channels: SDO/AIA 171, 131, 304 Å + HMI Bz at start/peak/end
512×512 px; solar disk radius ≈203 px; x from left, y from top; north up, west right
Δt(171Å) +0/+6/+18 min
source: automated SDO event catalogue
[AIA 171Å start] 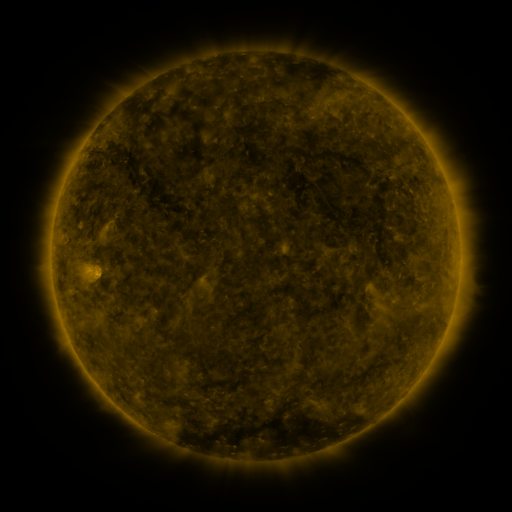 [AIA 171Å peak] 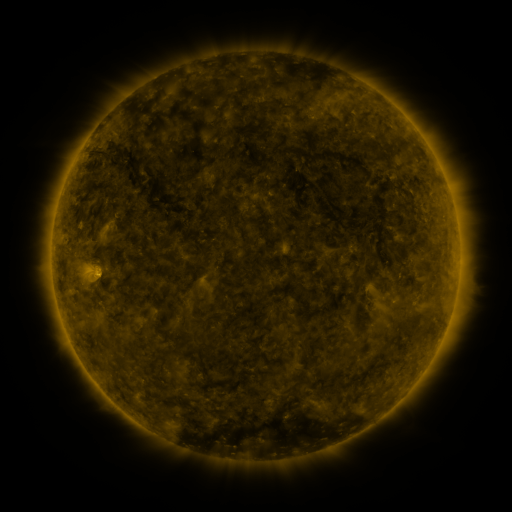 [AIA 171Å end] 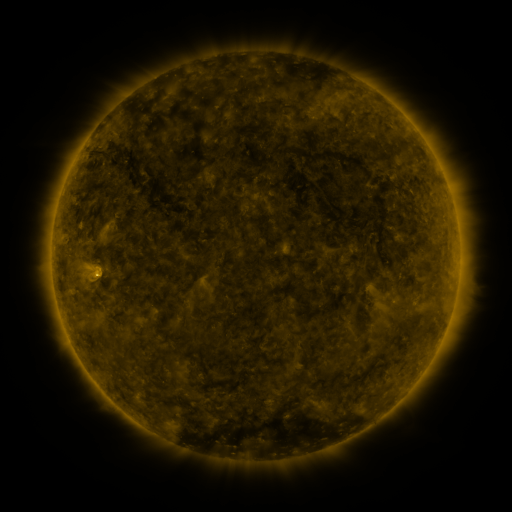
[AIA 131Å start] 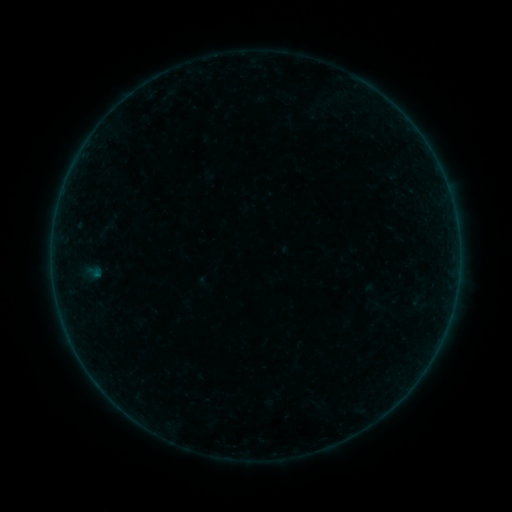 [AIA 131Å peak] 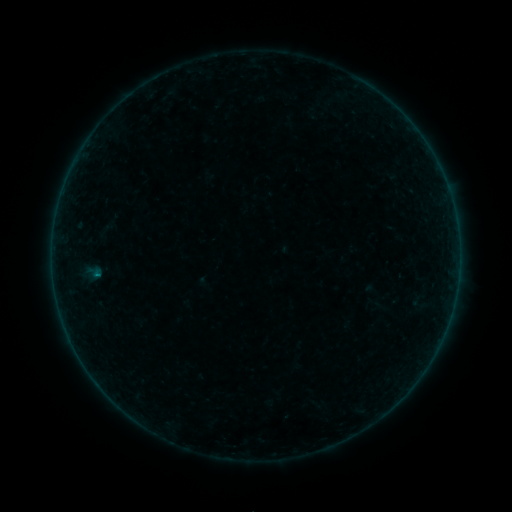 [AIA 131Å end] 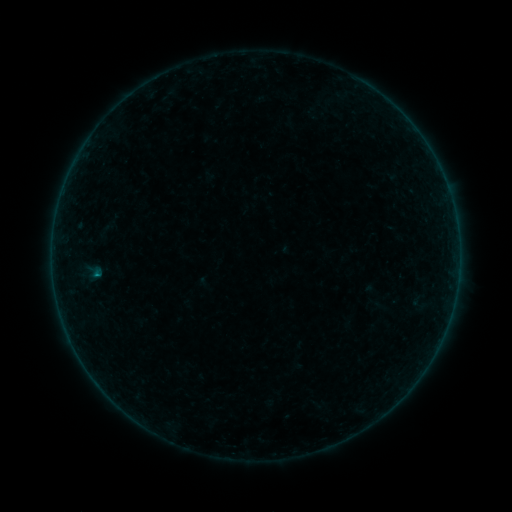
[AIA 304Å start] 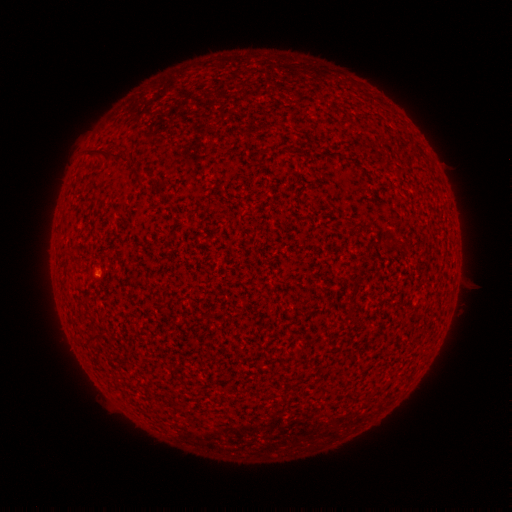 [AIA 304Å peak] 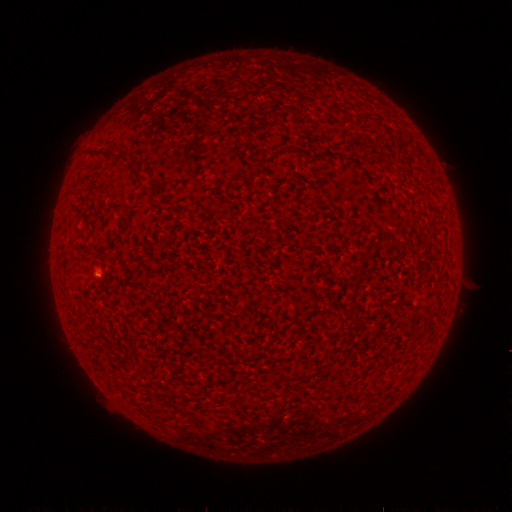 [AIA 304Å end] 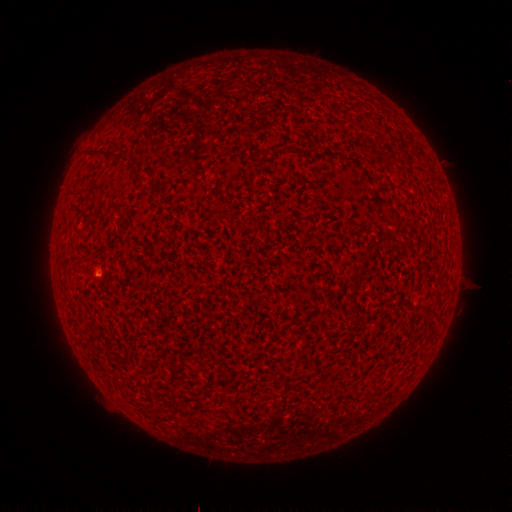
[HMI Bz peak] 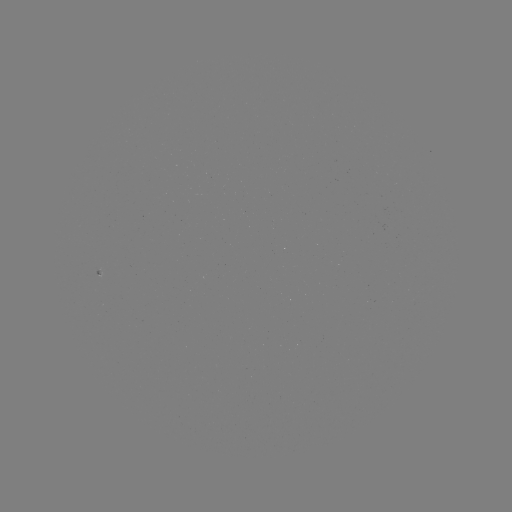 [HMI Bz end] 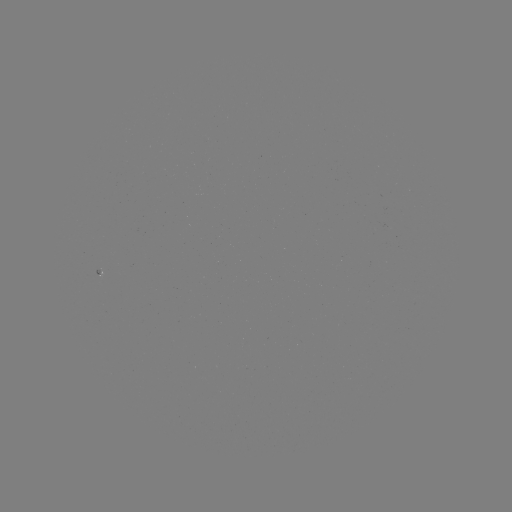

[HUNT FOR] B1.3 flare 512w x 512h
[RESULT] [96, 271]